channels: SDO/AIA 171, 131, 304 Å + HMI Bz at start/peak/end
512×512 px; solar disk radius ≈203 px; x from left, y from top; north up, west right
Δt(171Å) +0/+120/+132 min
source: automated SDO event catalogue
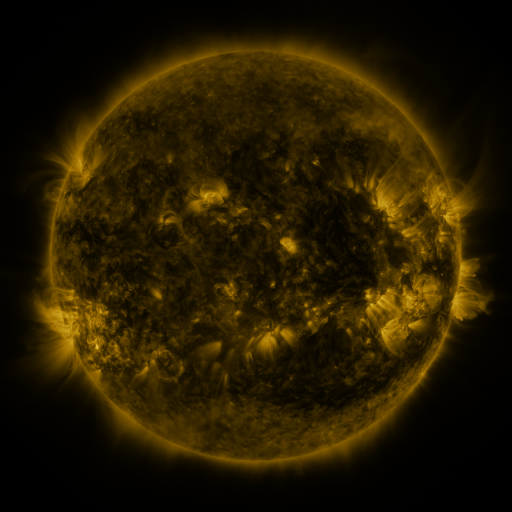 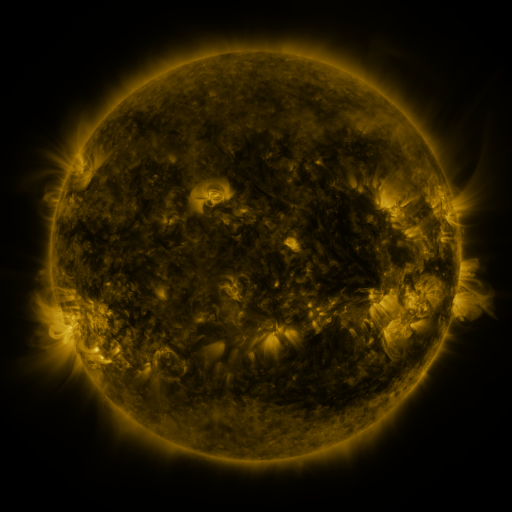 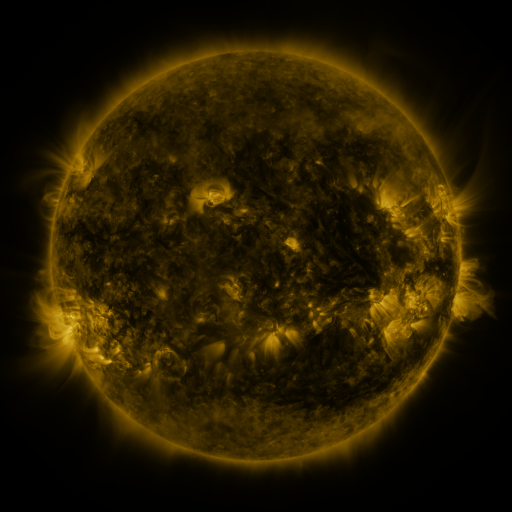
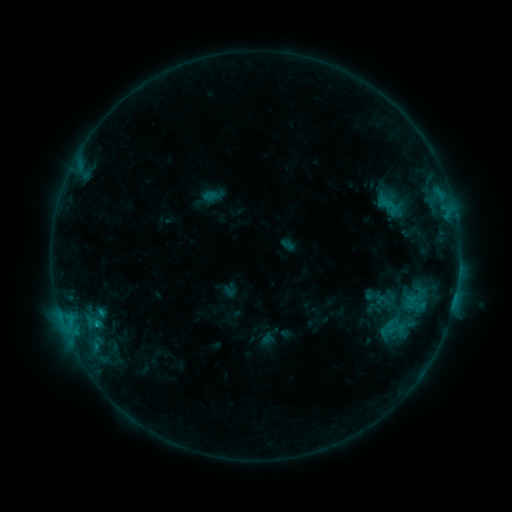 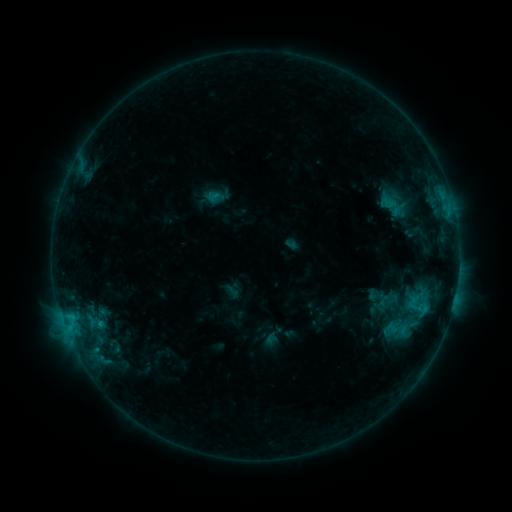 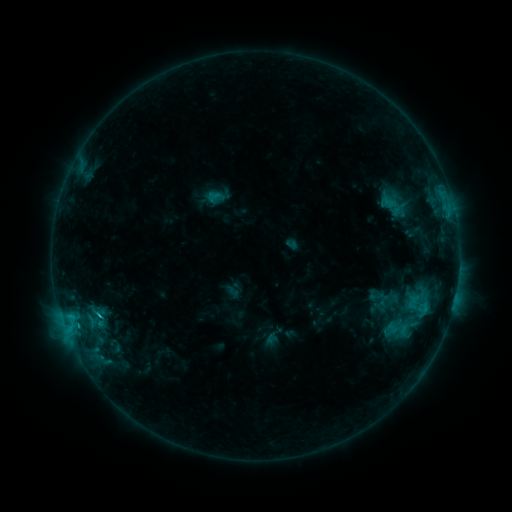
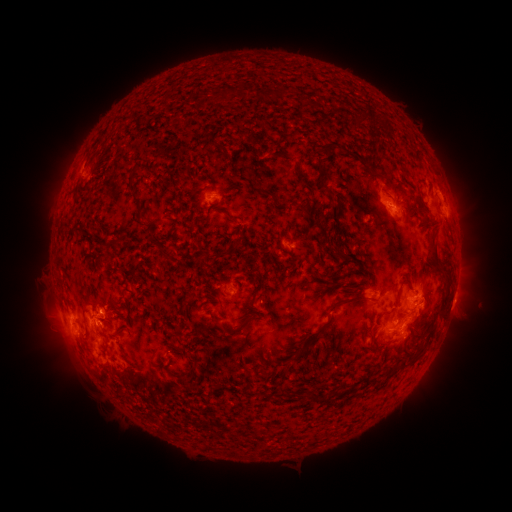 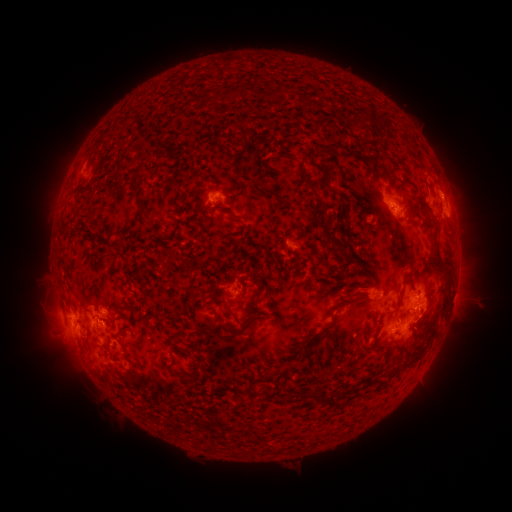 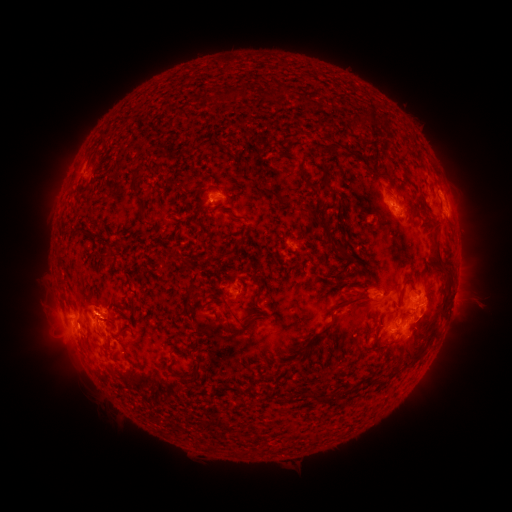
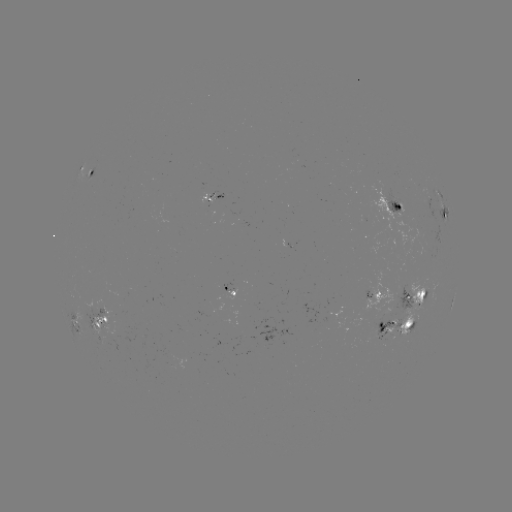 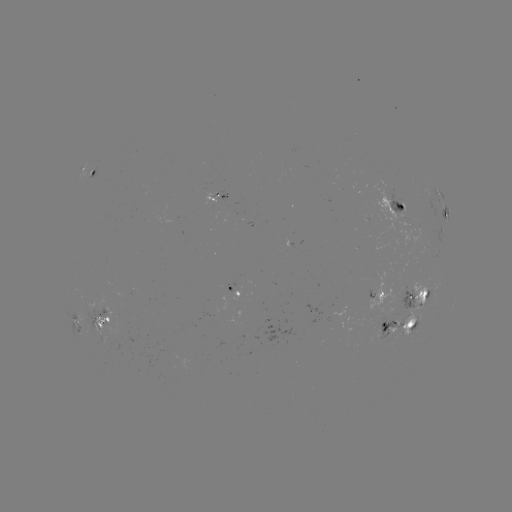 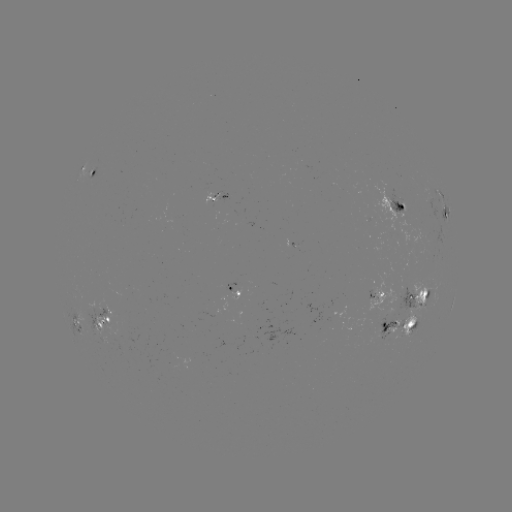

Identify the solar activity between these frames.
emerging-flux region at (218, 194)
